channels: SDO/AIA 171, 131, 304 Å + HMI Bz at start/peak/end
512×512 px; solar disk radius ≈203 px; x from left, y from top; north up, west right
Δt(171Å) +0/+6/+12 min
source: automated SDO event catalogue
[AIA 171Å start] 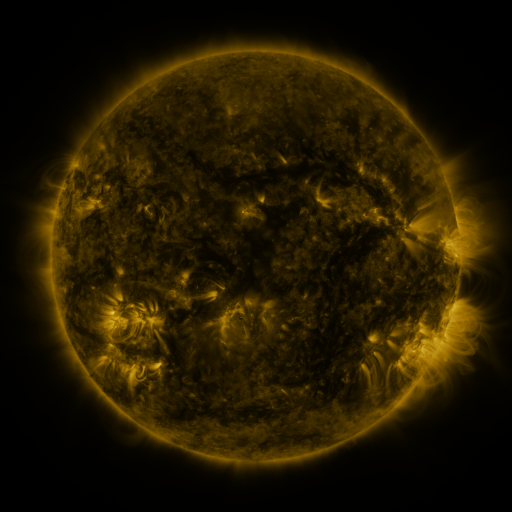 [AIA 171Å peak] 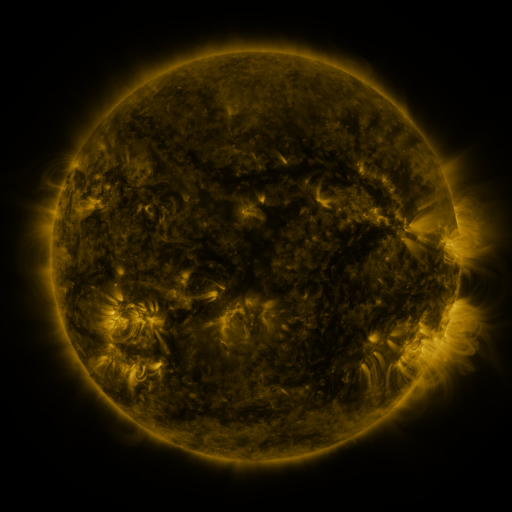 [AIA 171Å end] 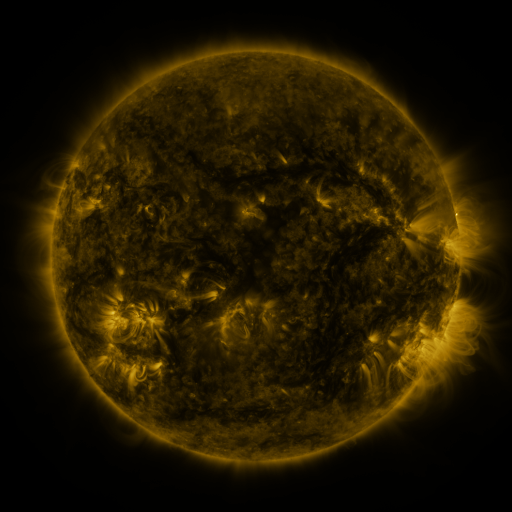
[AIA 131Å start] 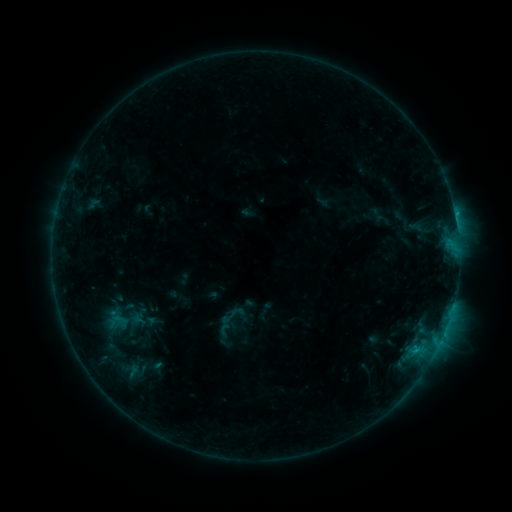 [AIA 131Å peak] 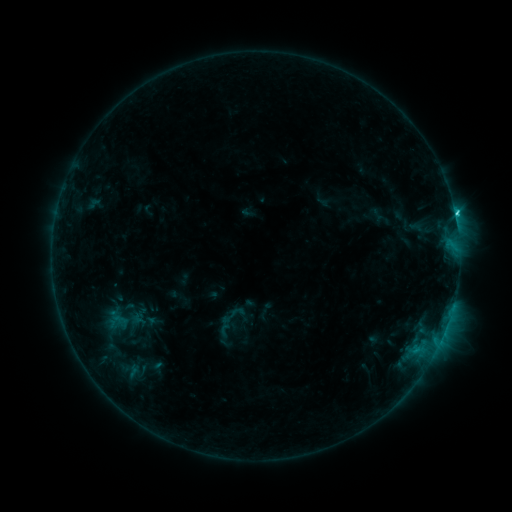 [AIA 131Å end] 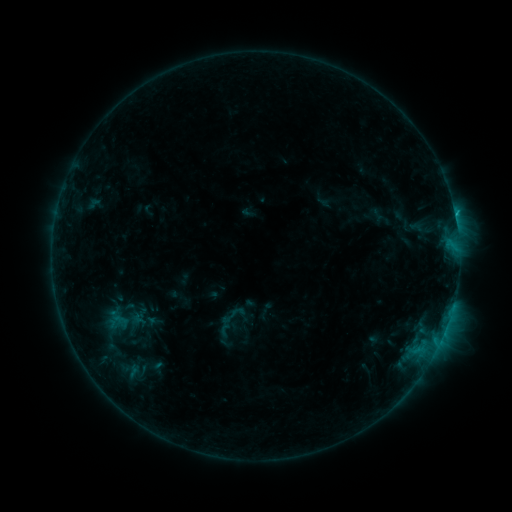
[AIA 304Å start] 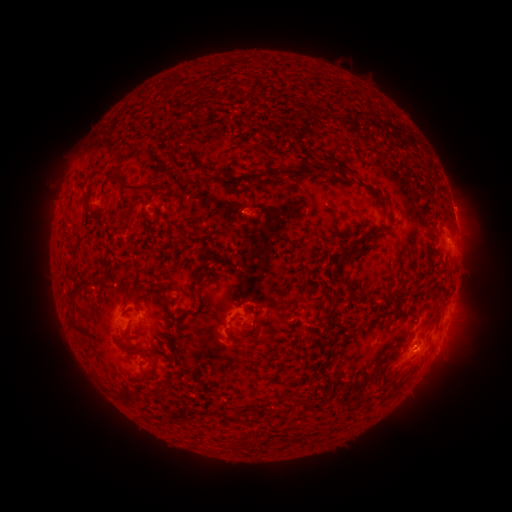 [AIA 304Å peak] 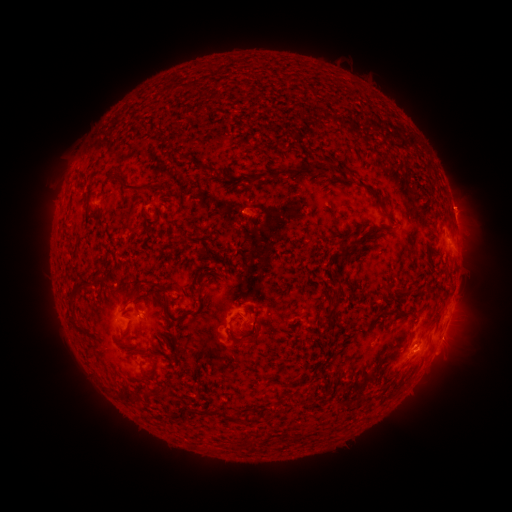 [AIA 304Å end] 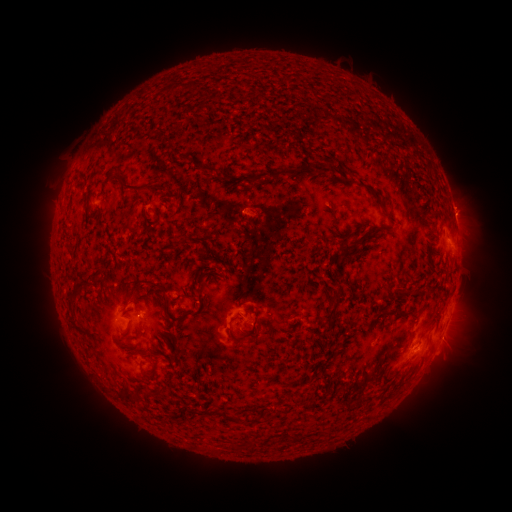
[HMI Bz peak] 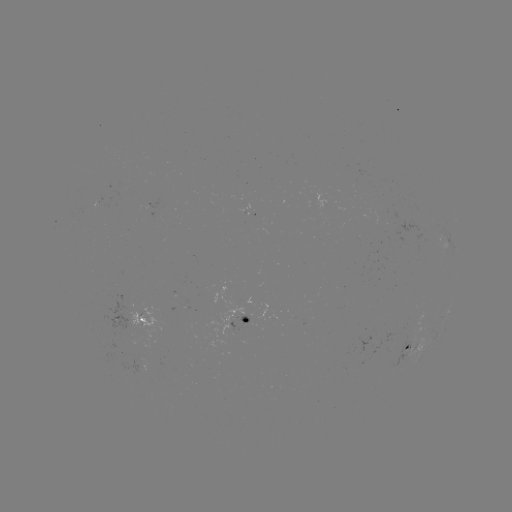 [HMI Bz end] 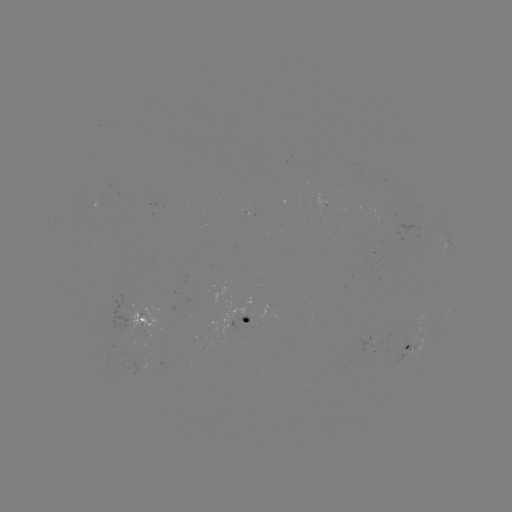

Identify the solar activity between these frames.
C1.5 flare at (455, 217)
